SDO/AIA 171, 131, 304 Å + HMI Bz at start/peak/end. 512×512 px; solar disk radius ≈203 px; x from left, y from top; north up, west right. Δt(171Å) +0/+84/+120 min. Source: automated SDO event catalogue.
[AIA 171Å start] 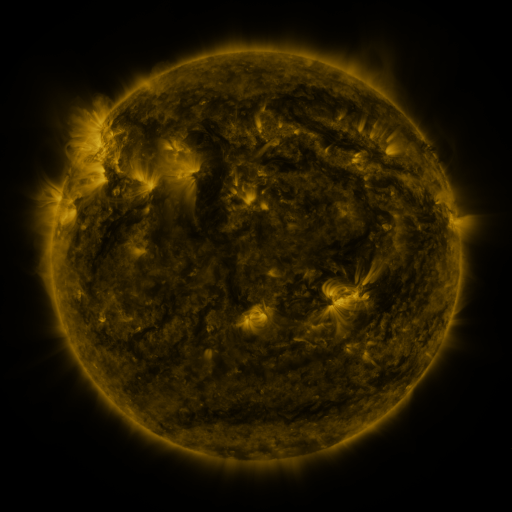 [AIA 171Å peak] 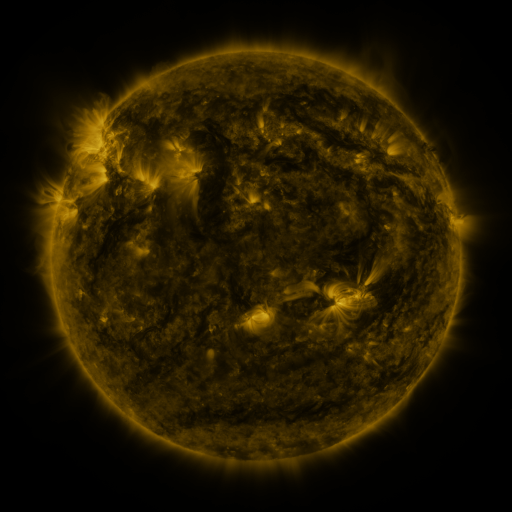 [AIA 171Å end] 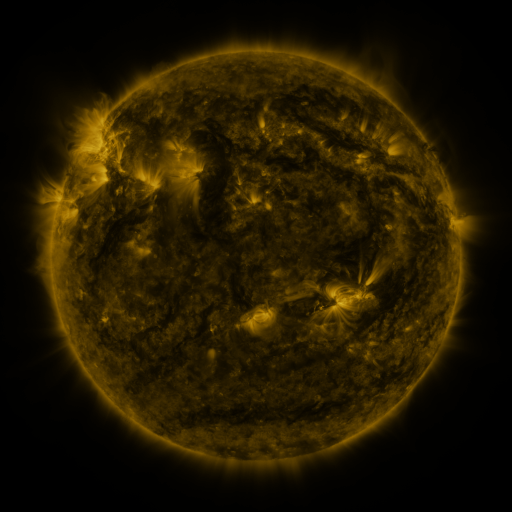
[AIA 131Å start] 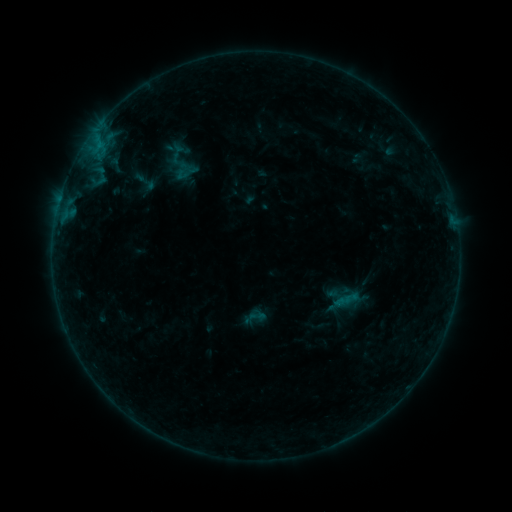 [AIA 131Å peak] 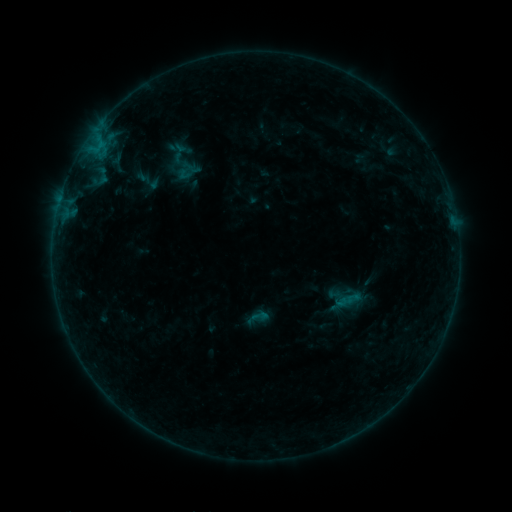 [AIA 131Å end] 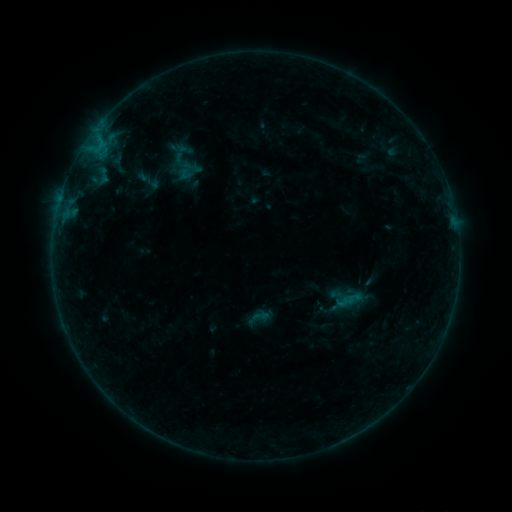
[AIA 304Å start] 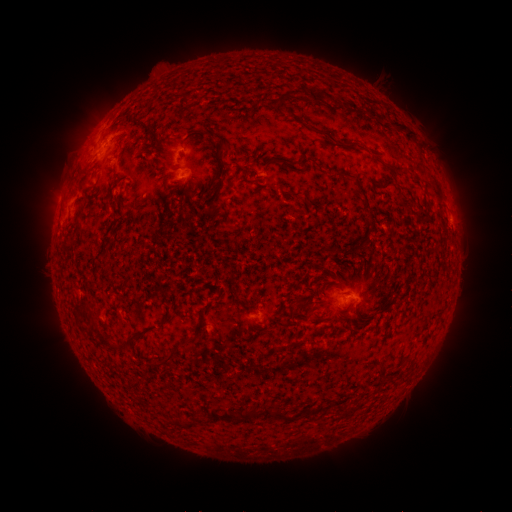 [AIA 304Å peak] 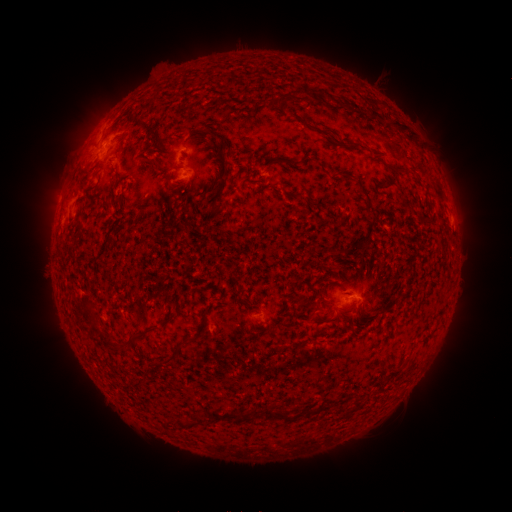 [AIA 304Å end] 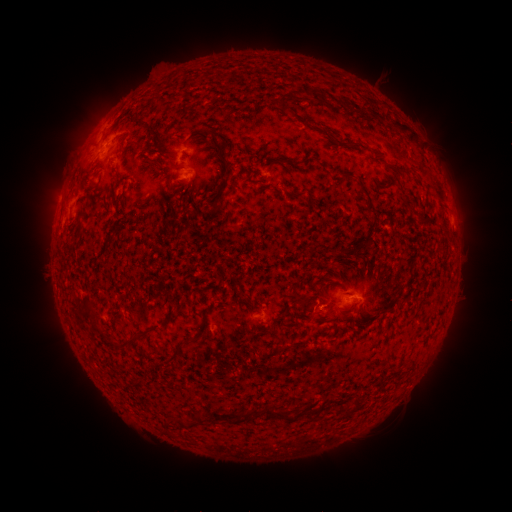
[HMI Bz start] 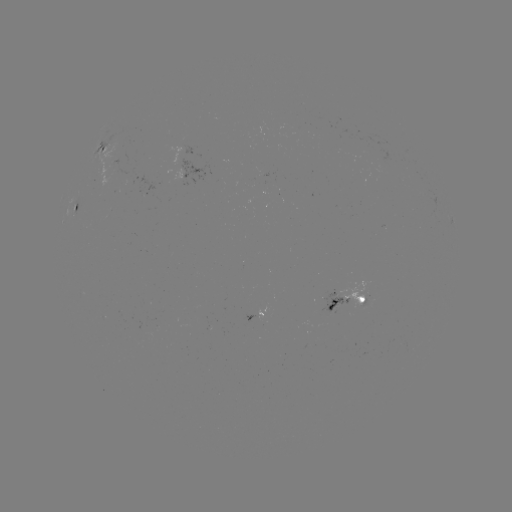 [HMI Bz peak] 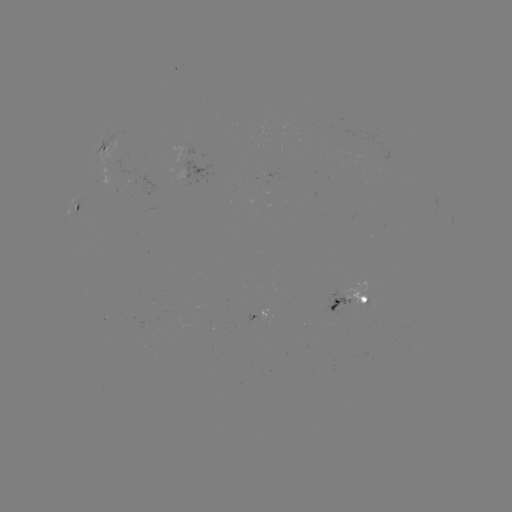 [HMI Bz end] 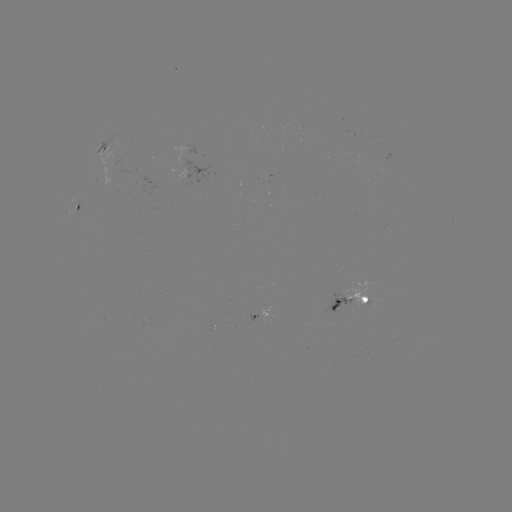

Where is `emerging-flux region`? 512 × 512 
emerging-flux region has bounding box [290, 127, 302, 129].